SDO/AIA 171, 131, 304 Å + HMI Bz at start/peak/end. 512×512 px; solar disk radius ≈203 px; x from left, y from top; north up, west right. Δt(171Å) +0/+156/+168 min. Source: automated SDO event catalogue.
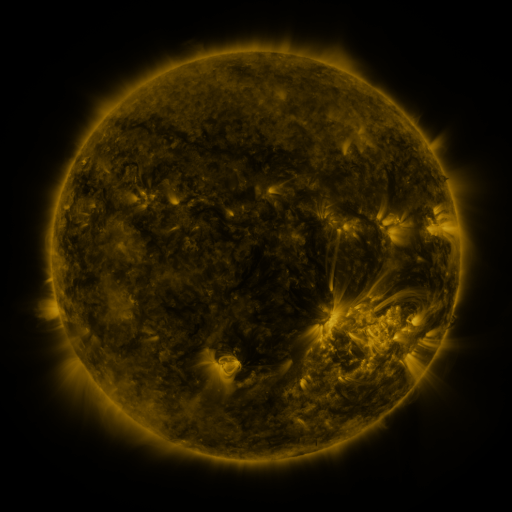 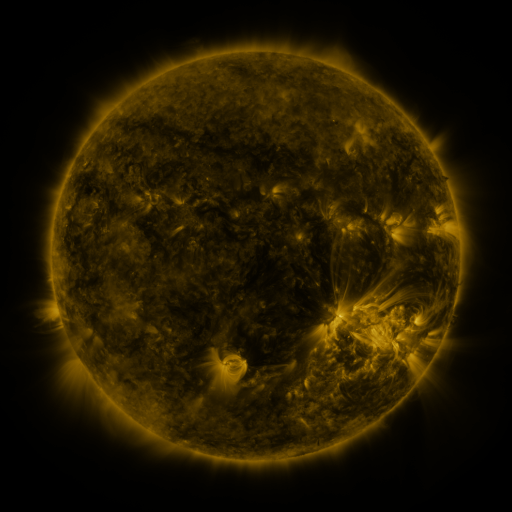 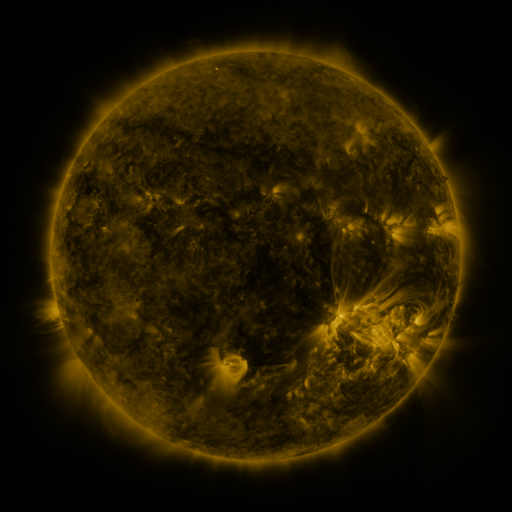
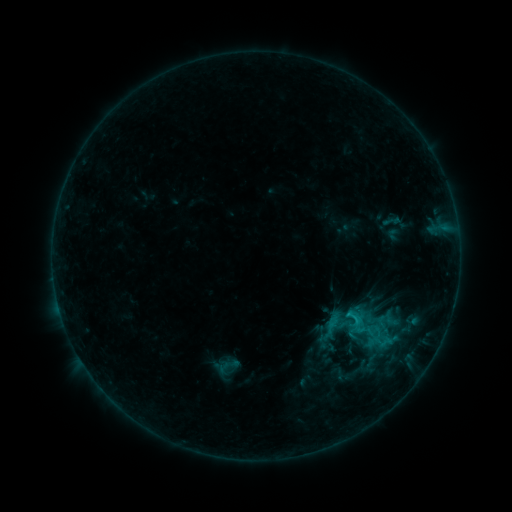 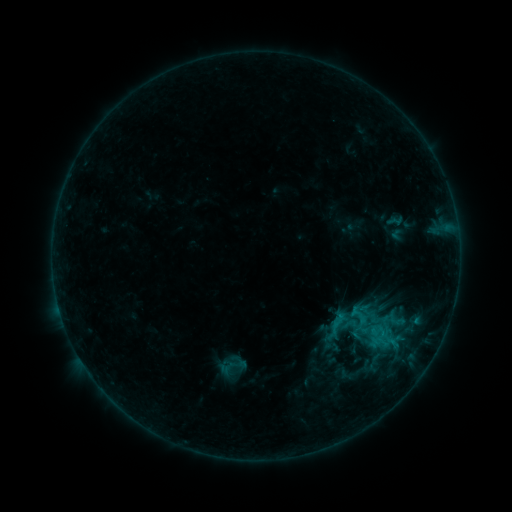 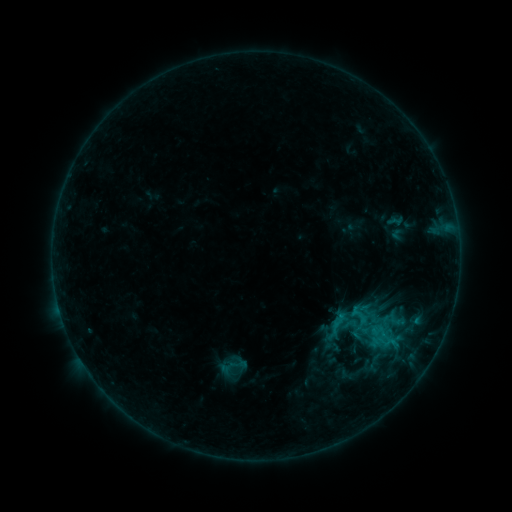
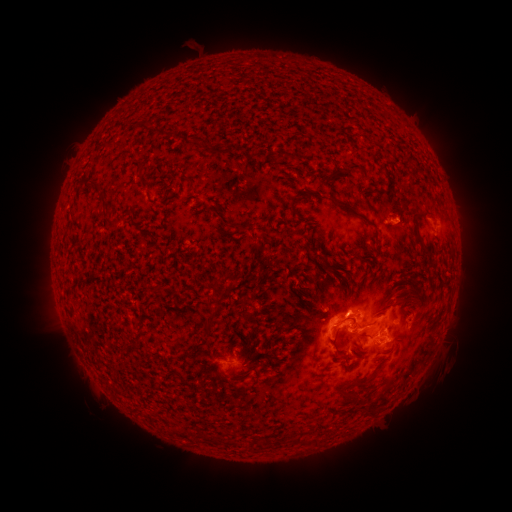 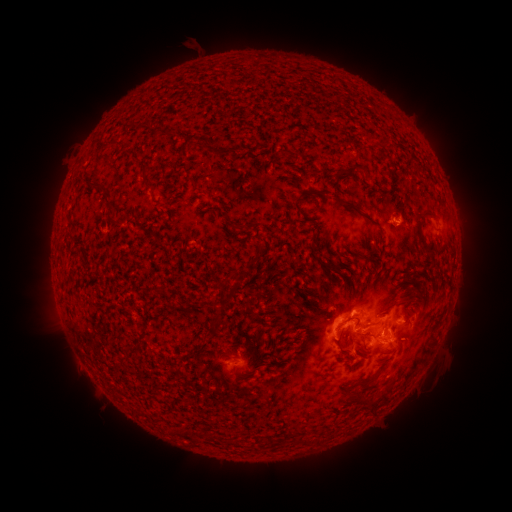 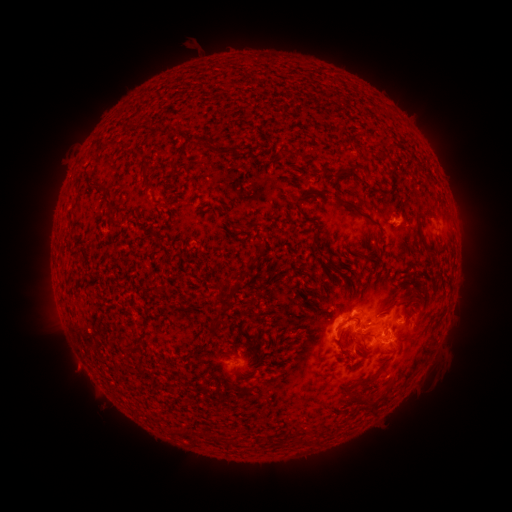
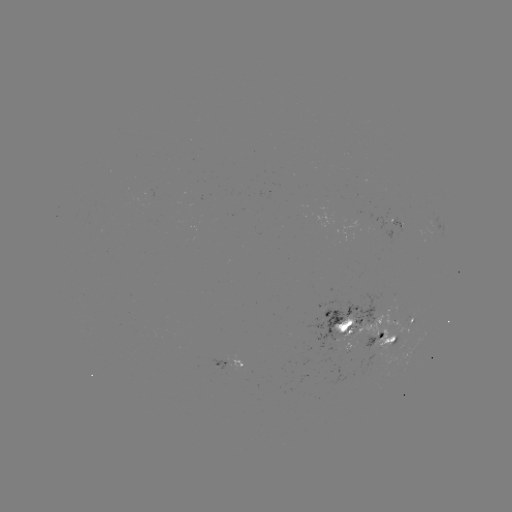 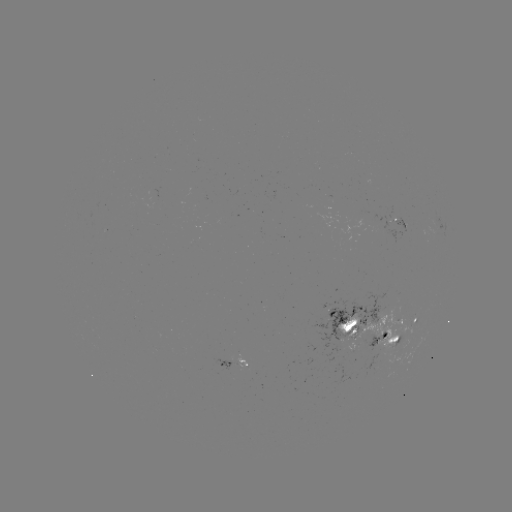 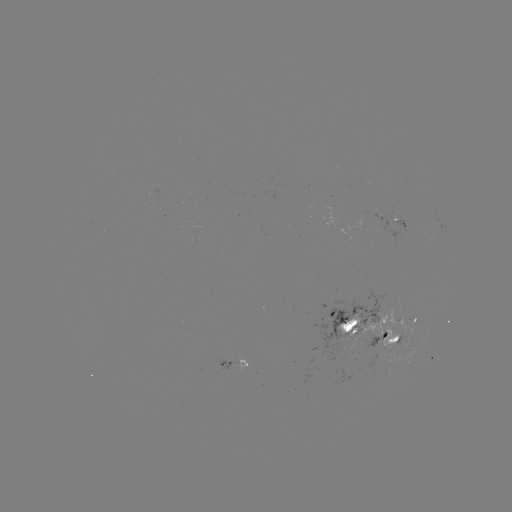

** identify emerging-flux region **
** [393, 216] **